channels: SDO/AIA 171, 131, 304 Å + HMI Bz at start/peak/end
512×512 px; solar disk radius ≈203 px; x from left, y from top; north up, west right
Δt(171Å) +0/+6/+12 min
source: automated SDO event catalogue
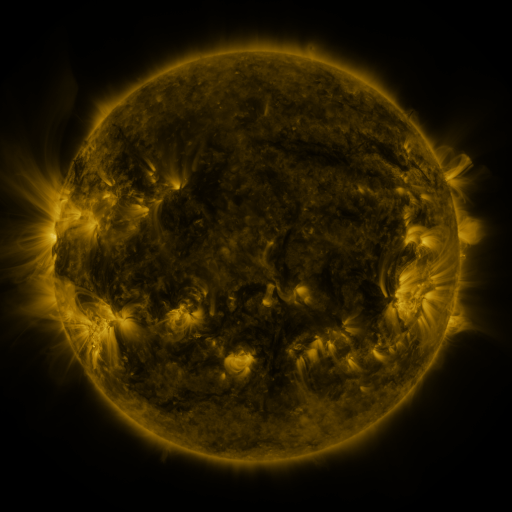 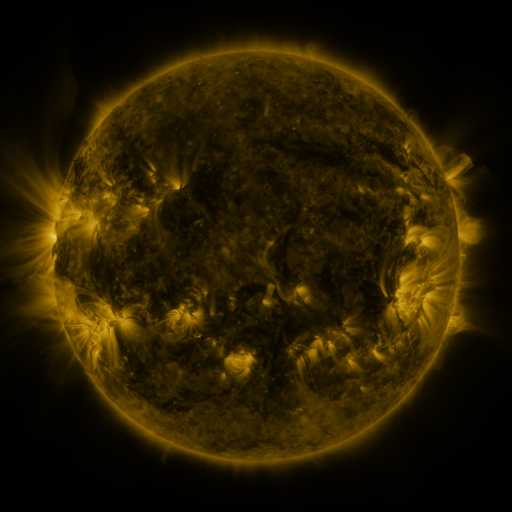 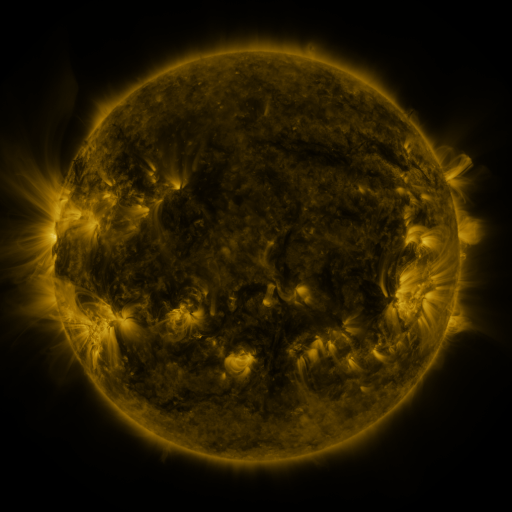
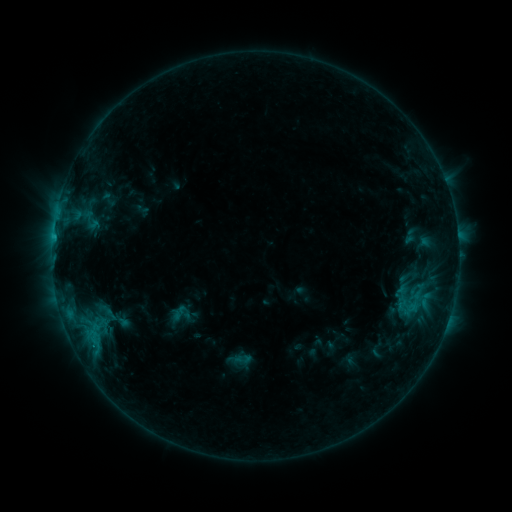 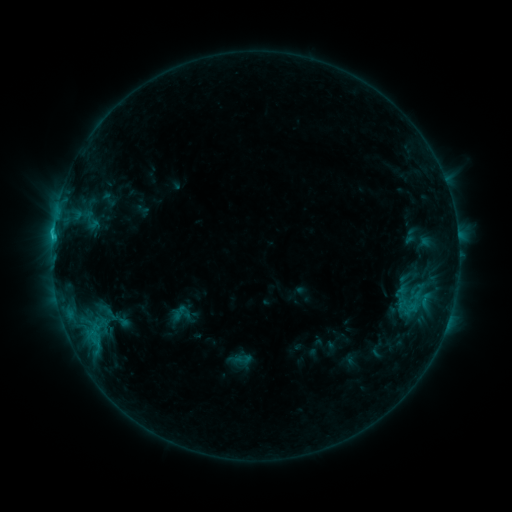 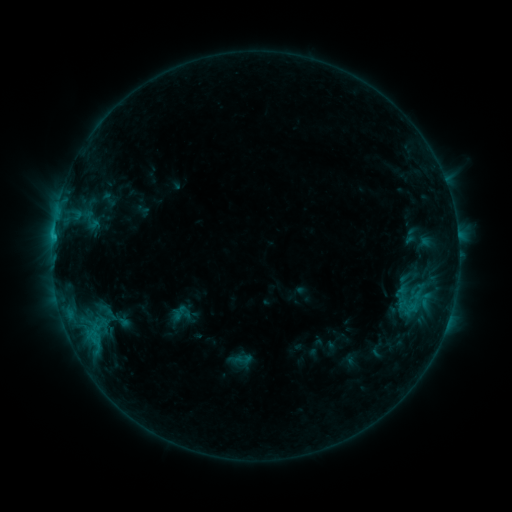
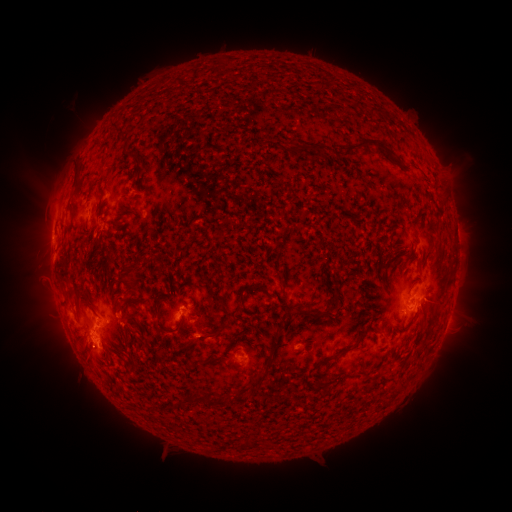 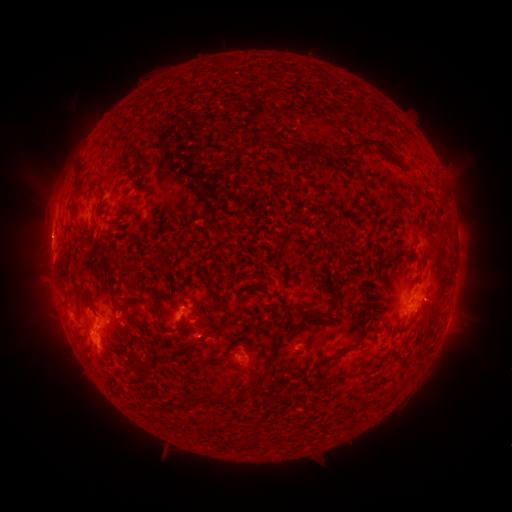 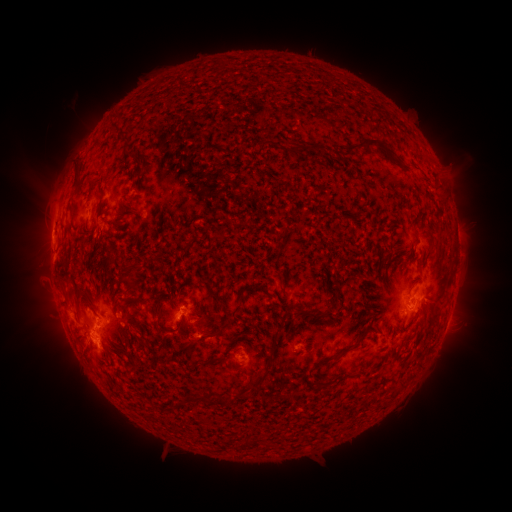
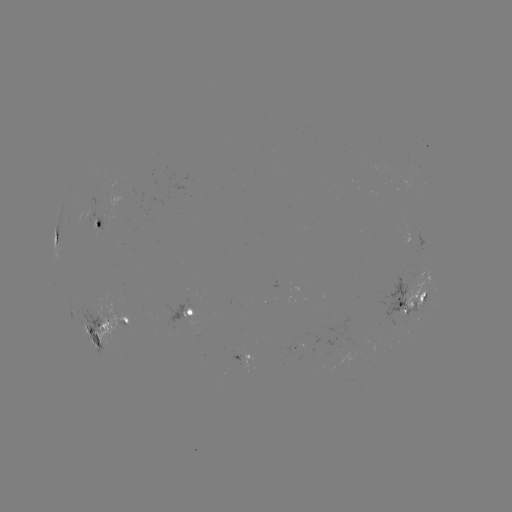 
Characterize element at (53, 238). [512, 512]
C1.2 flare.